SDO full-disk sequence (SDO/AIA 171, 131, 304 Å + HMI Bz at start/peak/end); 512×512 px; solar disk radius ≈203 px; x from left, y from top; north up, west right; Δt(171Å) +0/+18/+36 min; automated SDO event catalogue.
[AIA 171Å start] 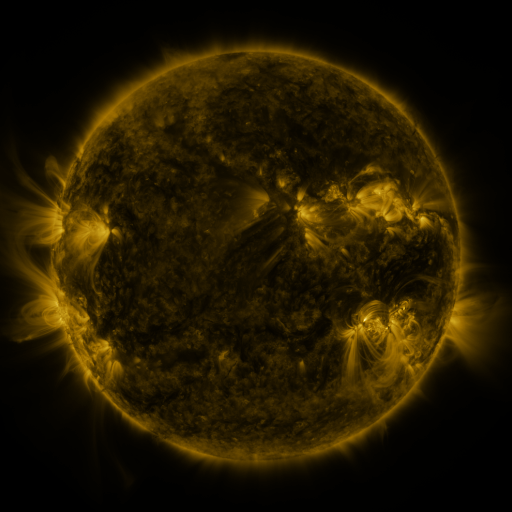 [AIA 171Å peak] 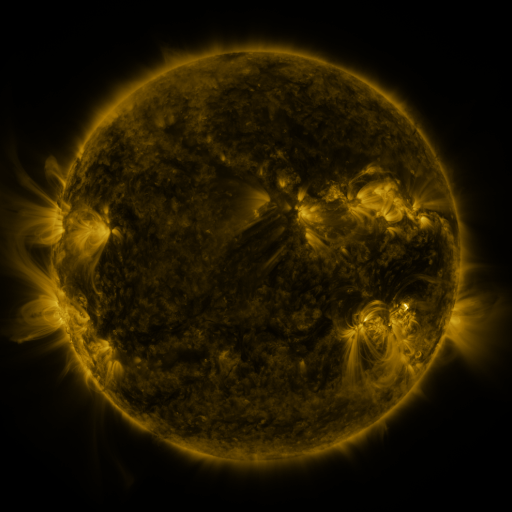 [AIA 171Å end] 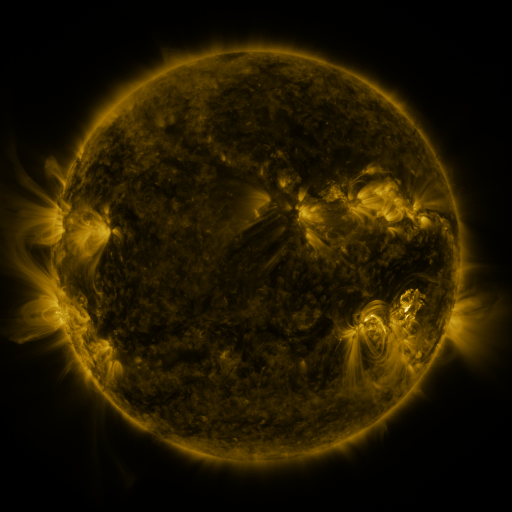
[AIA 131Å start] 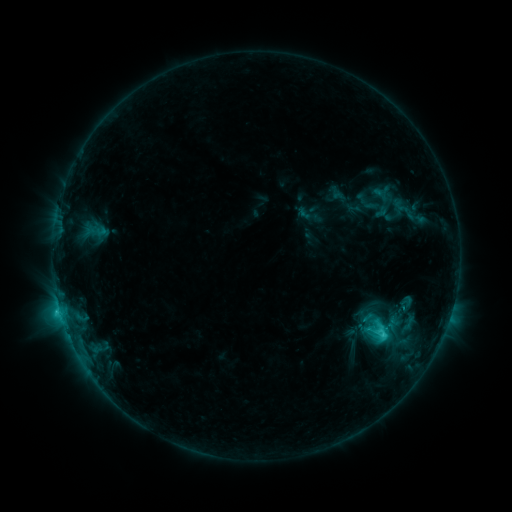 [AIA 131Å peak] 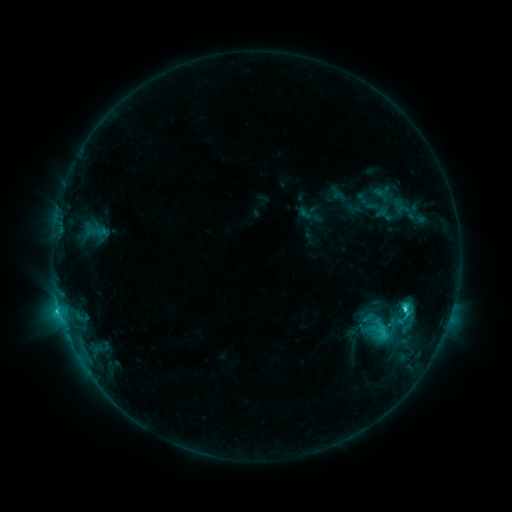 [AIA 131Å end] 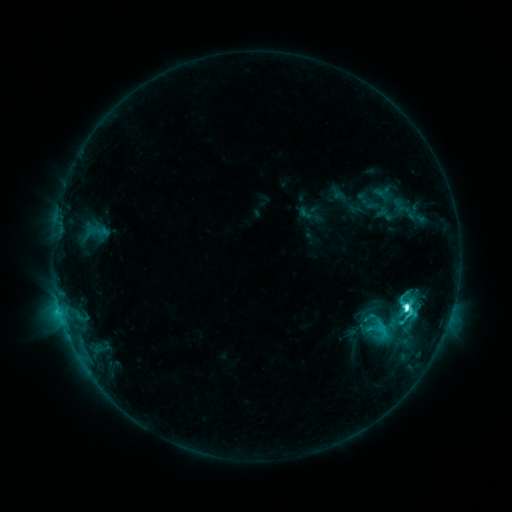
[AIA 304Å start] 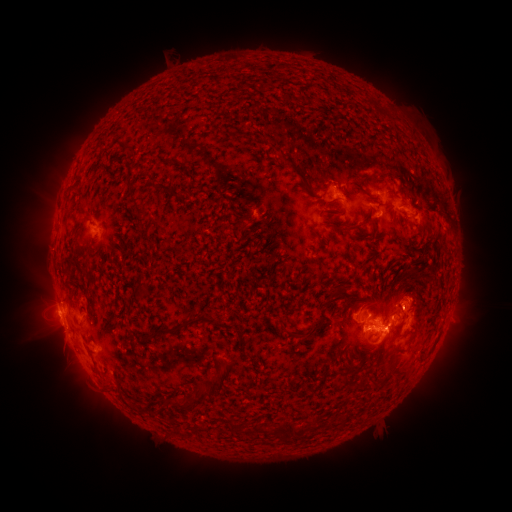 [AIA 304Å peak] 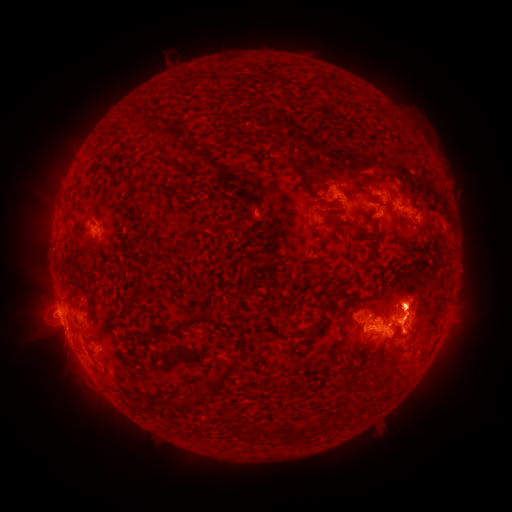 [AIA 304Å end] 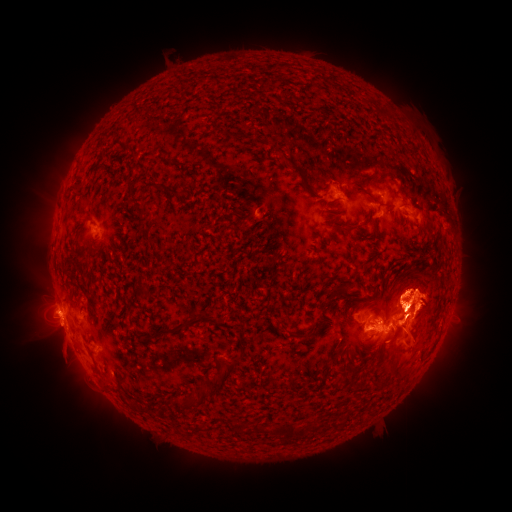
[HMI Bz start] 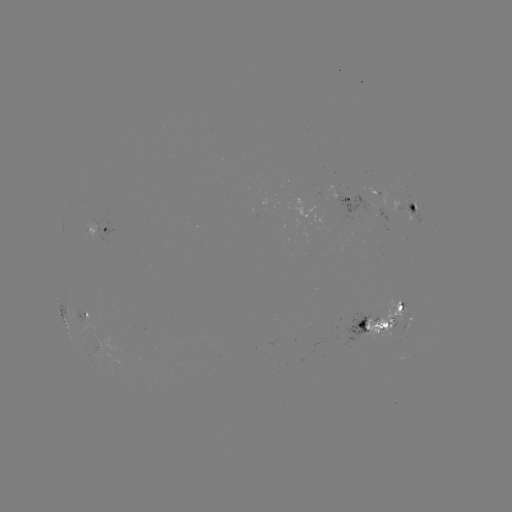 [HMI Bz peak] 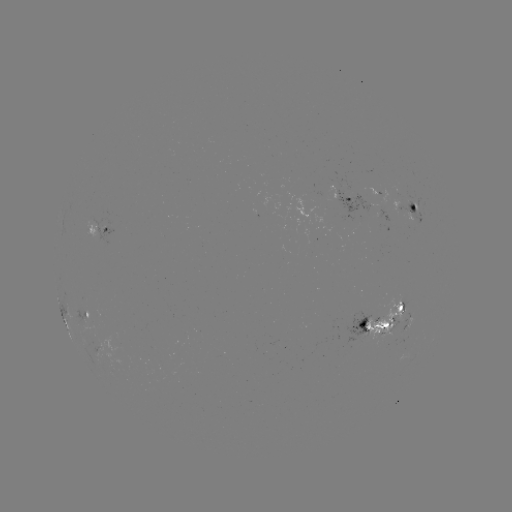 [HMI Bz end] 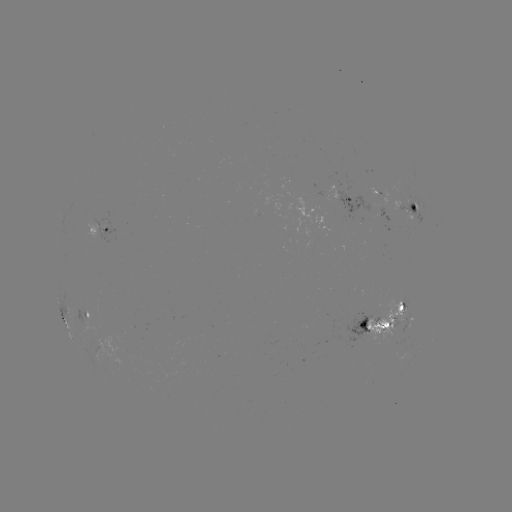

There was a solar eruption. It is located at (417, 317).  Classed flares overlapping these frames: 2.